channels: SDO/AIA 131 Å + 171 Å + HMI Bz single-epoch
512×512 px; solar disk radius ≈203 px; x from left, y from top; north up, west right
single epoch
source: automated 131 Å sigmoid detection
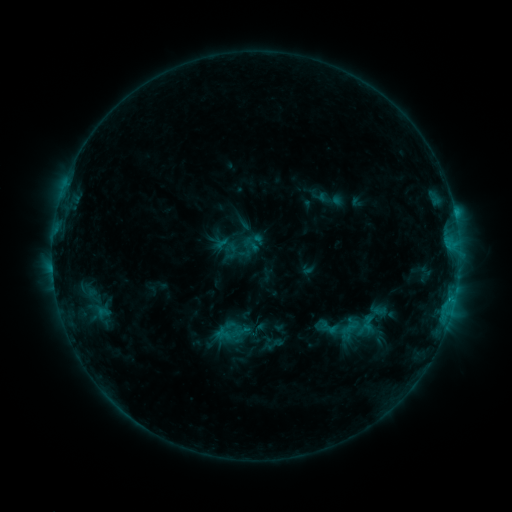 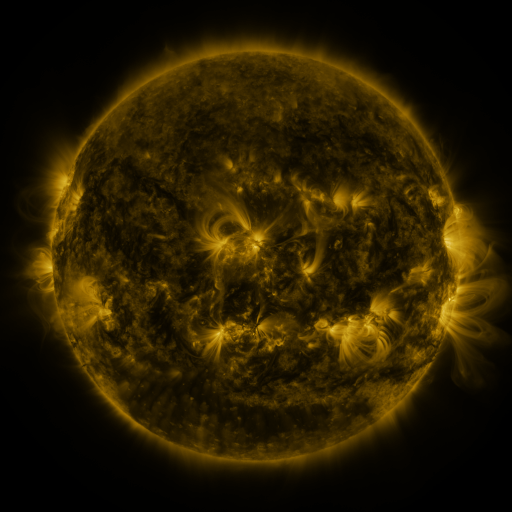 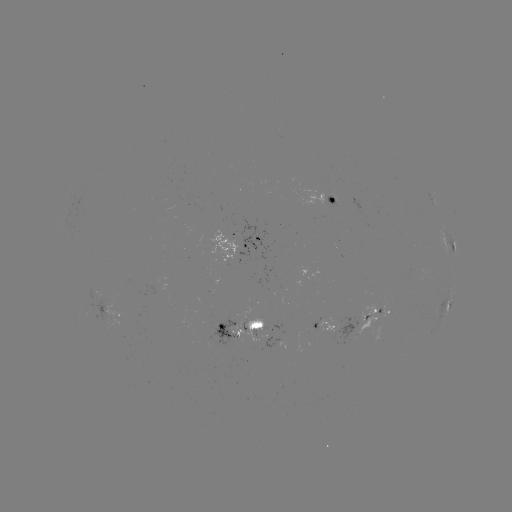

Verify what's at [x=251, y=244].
sigmoid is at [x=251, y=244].